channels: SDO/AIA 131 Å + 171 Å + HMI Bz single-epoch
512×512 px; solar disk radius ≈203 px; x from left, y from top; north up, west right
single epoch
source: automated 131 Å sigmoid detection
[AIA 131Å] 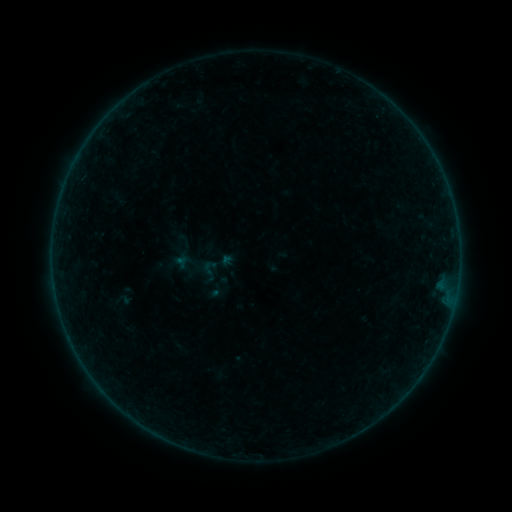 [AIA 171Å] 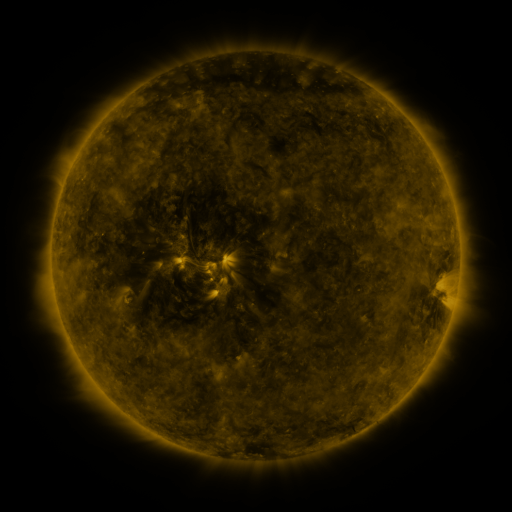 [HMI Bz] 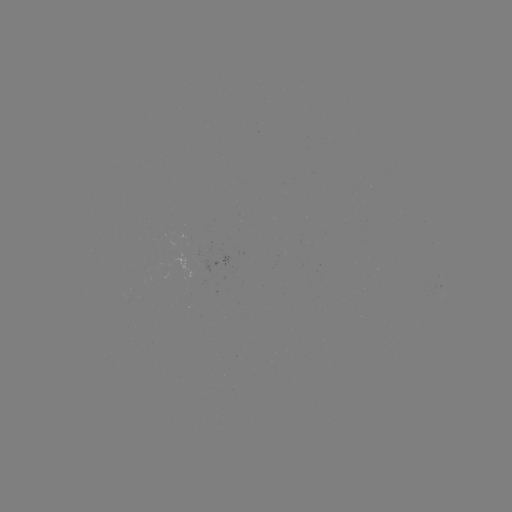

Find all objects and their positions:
sigmoid: (210, 270)
